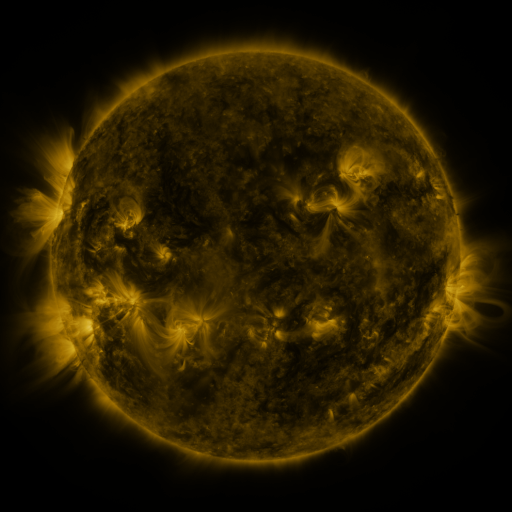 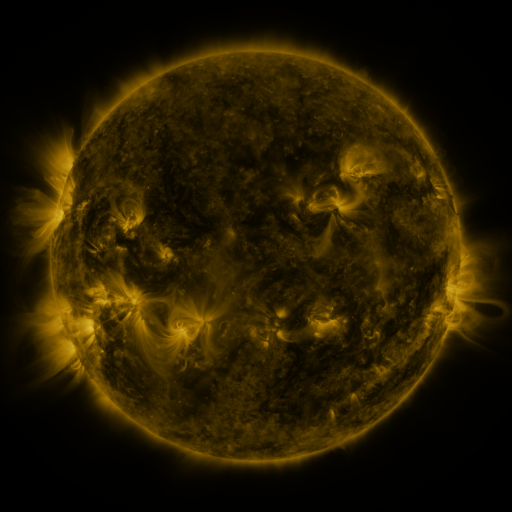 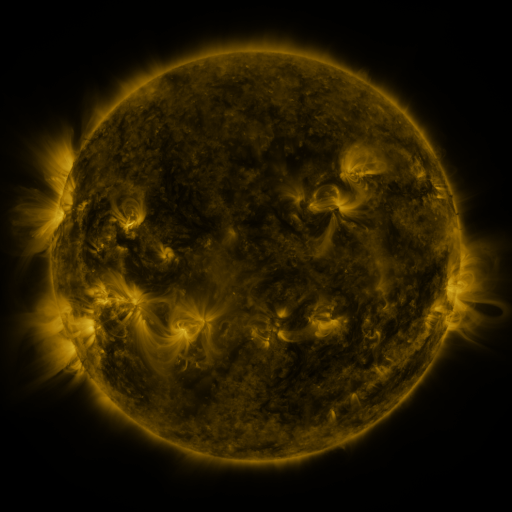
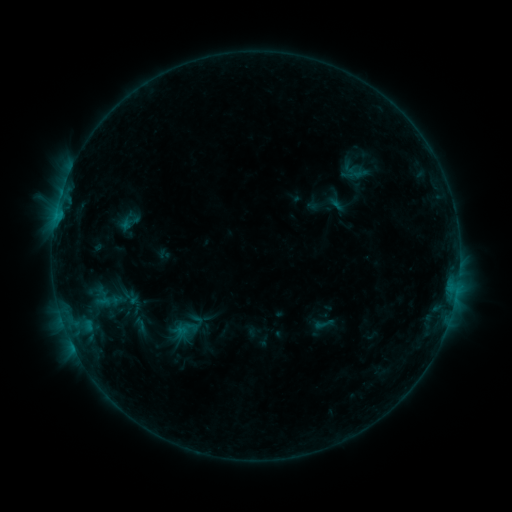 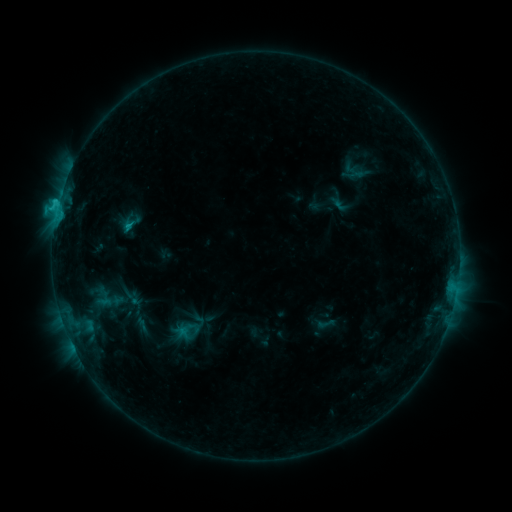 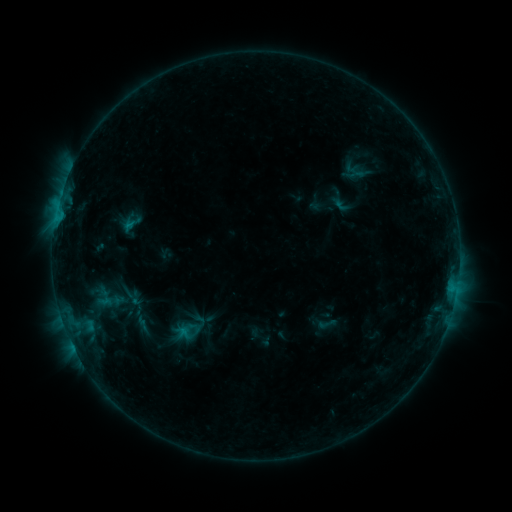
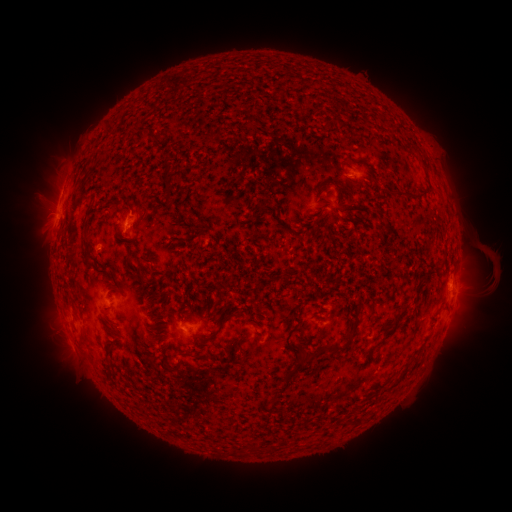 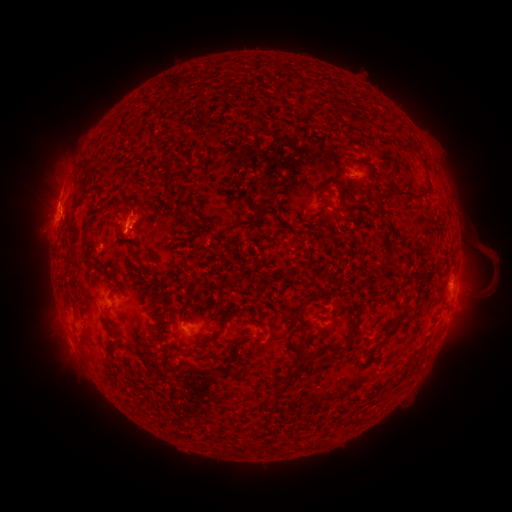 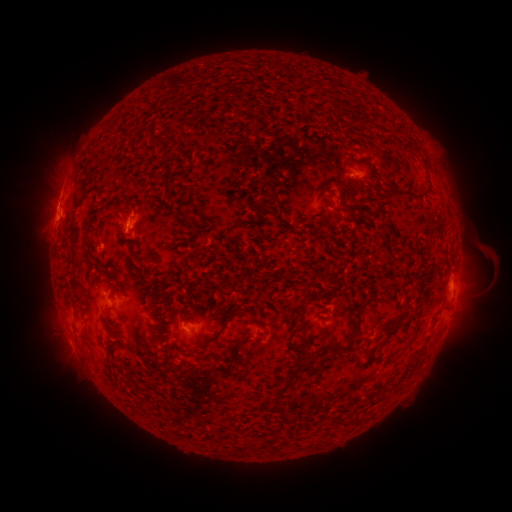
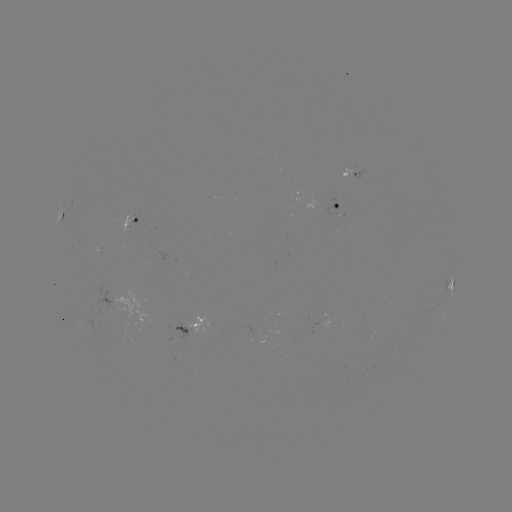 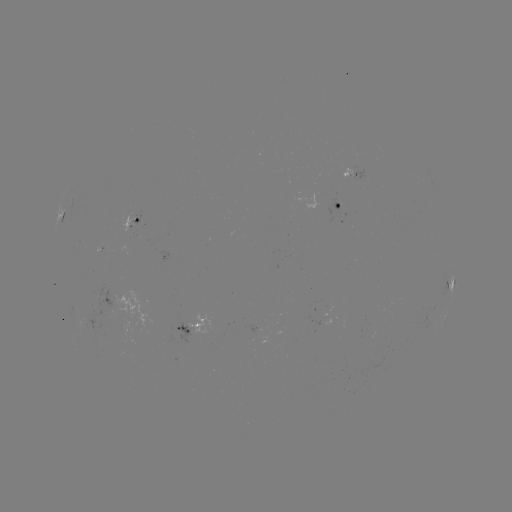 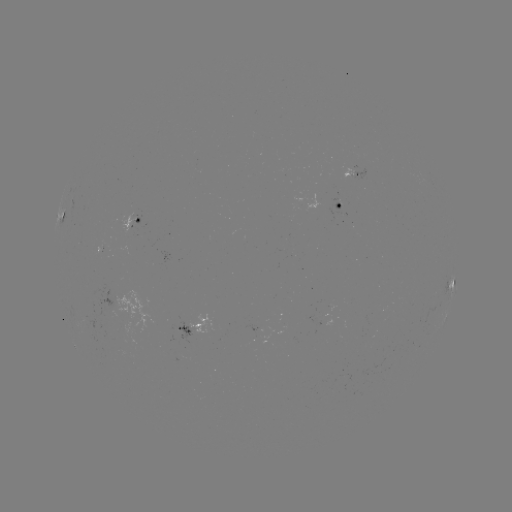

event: flare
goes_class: C1.5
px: (58, 207)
